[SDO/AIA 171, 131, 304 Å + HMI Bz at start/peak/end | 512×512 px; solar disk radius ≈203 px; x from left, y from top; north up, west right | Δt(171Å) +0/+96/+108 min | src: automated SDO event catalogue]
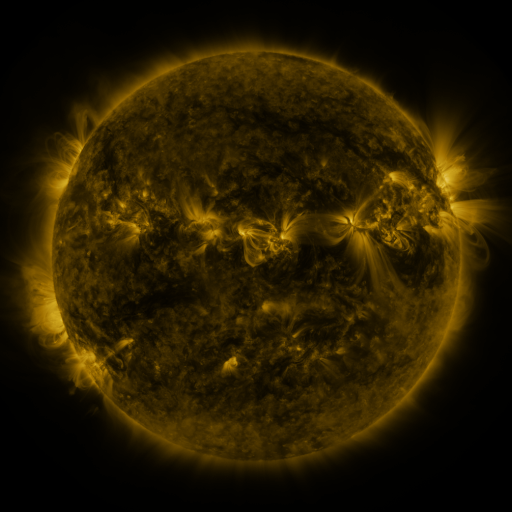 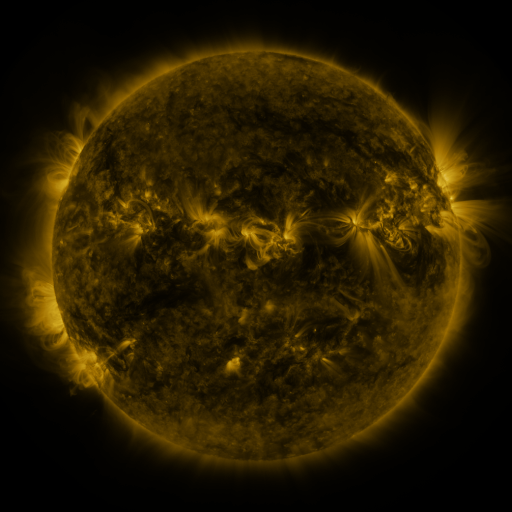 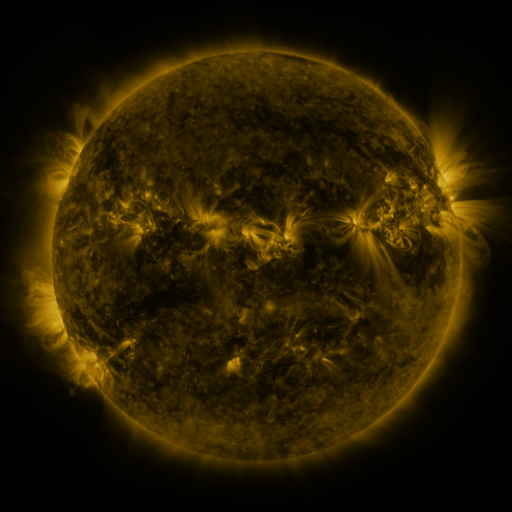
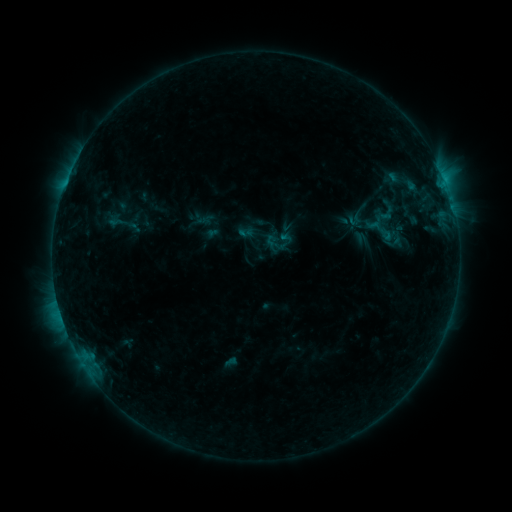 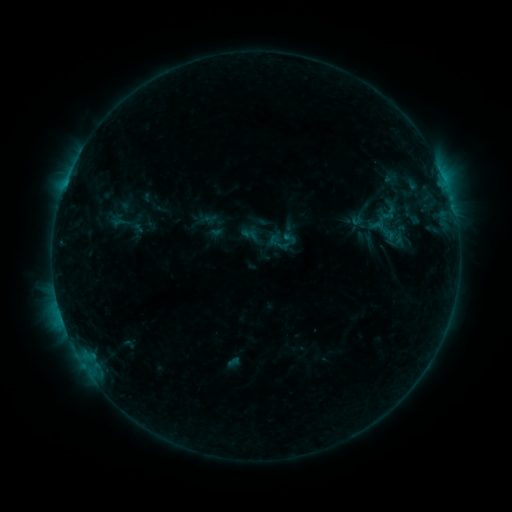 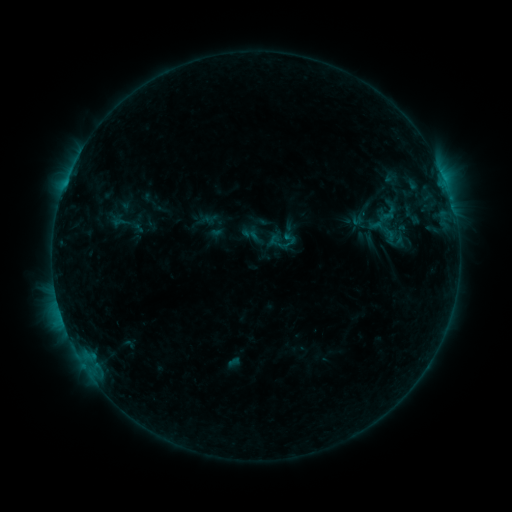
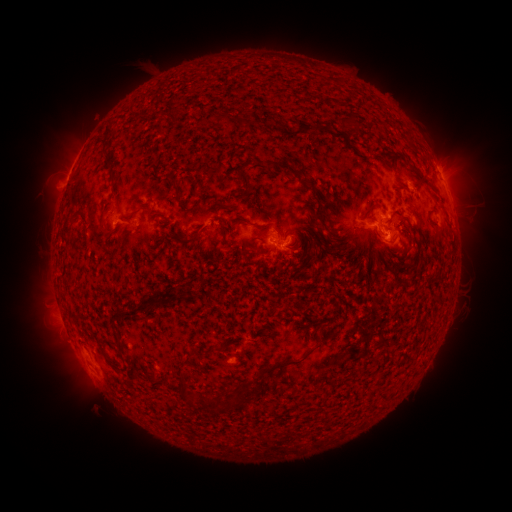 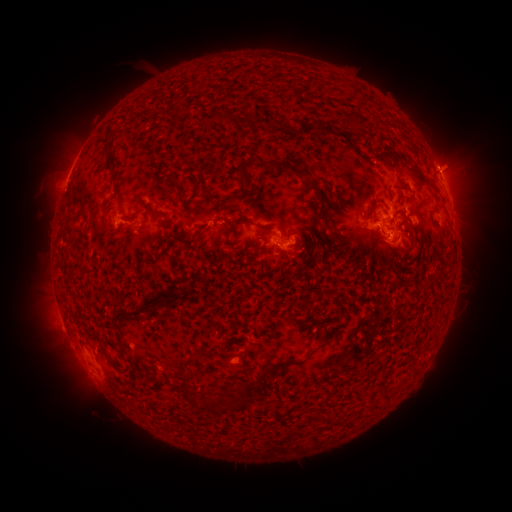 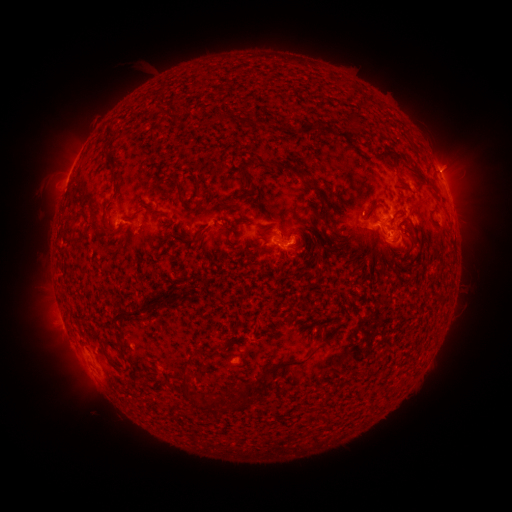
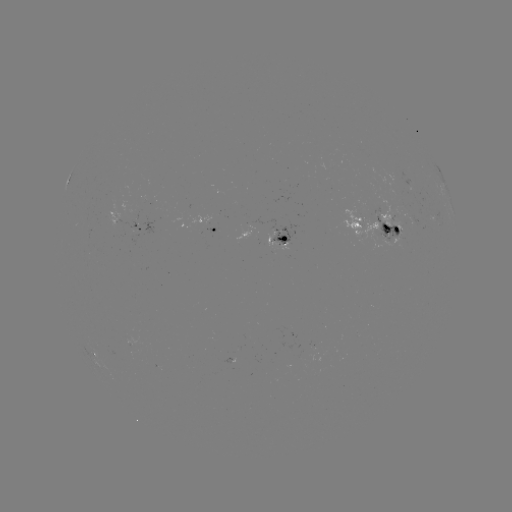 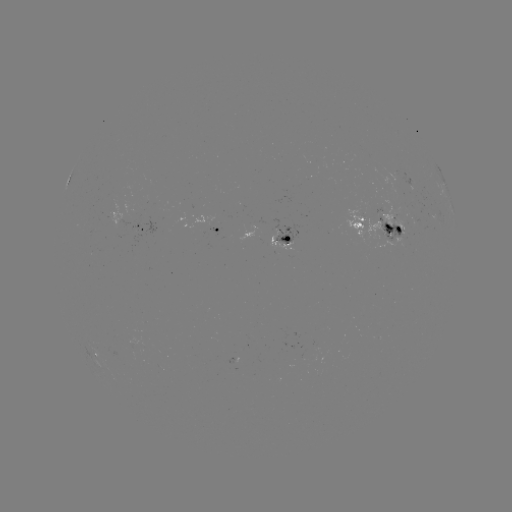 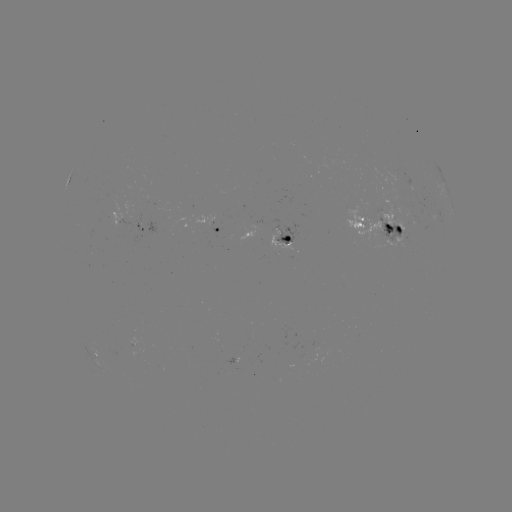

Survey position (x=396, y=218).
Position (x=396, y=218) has emerging-flux region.